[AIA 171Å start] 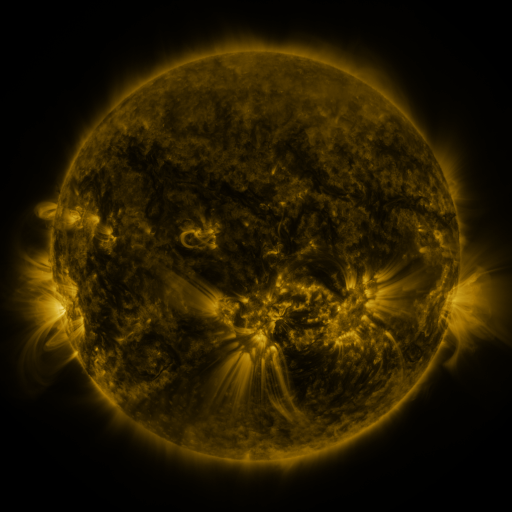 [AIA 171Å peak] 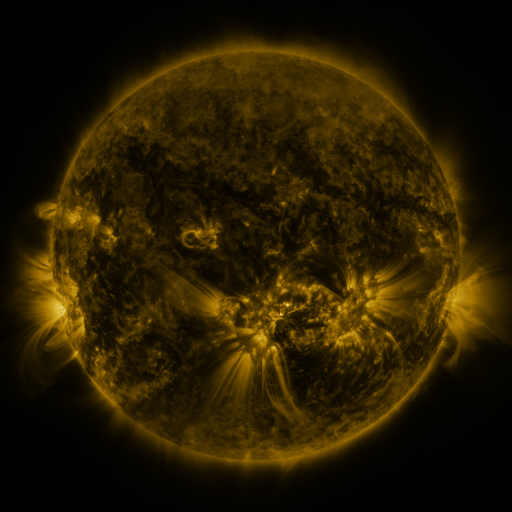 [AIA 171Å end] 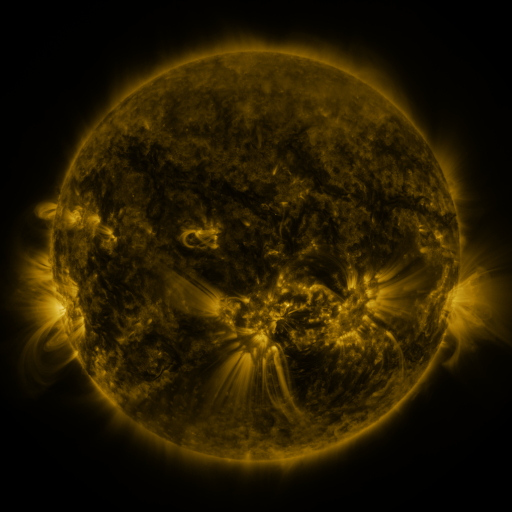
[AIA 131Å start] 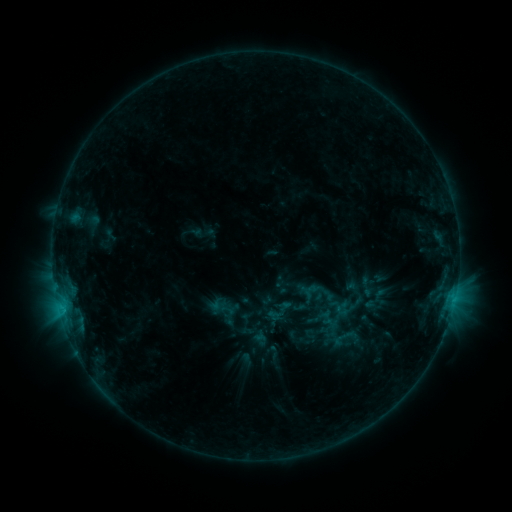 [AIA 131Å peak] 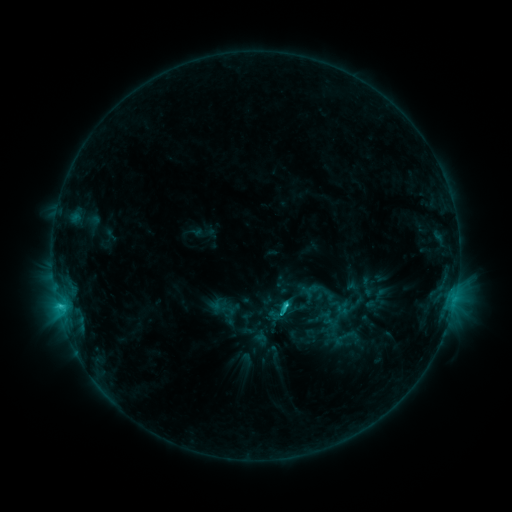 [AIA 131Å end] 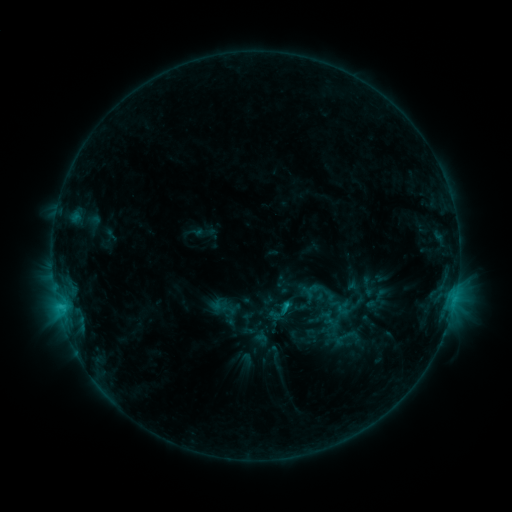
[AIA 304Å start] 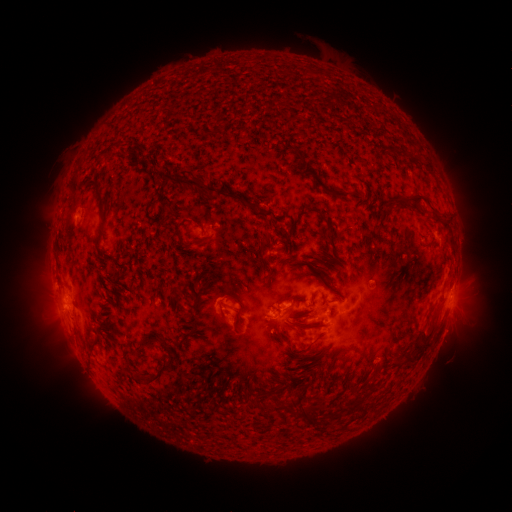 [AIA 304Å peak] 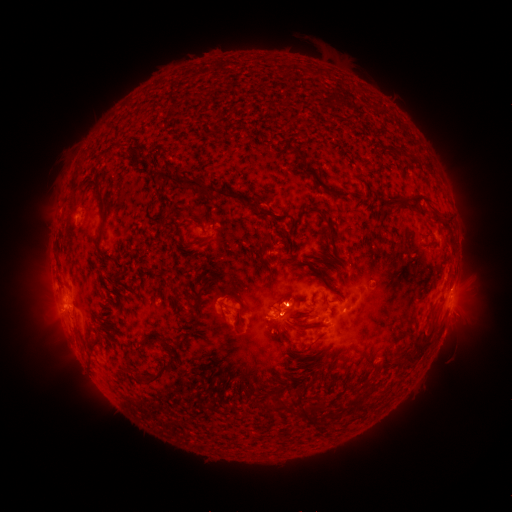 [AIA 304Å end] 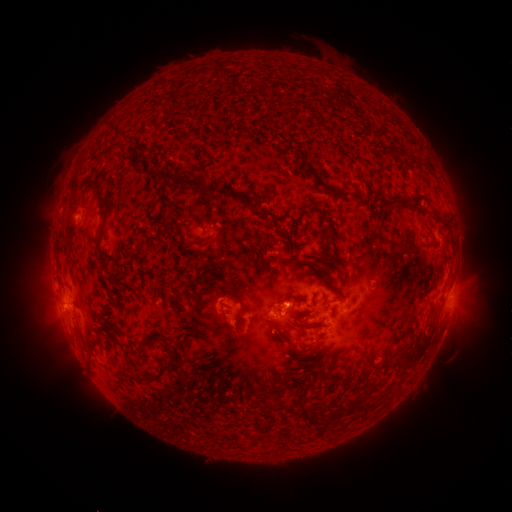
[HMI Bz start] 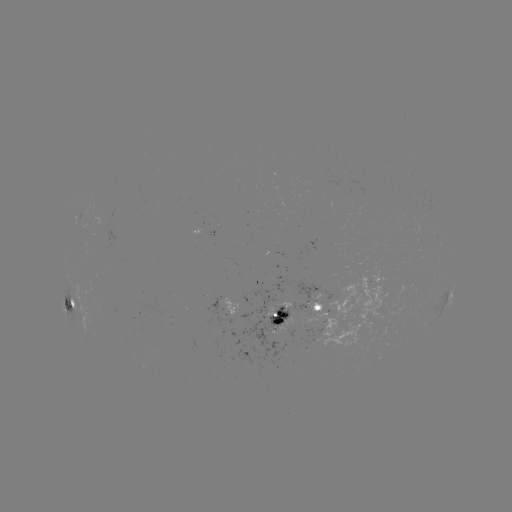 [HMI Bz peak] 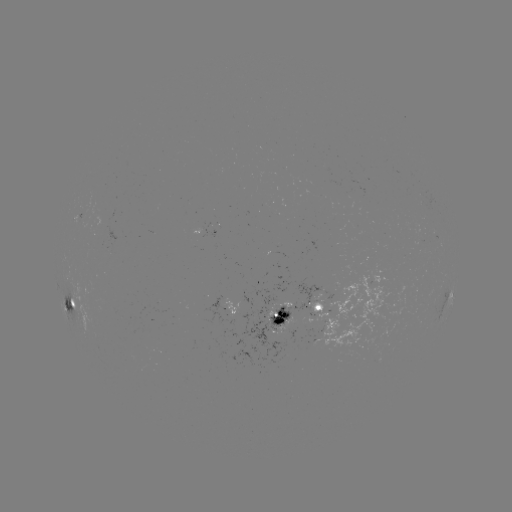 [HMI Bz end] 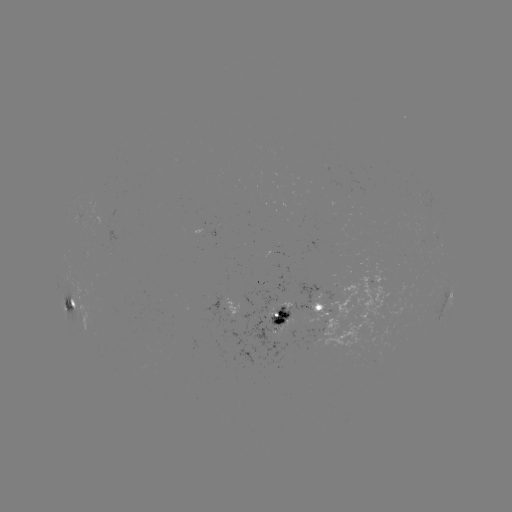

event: flare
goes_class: C2.5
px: (283, 305)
